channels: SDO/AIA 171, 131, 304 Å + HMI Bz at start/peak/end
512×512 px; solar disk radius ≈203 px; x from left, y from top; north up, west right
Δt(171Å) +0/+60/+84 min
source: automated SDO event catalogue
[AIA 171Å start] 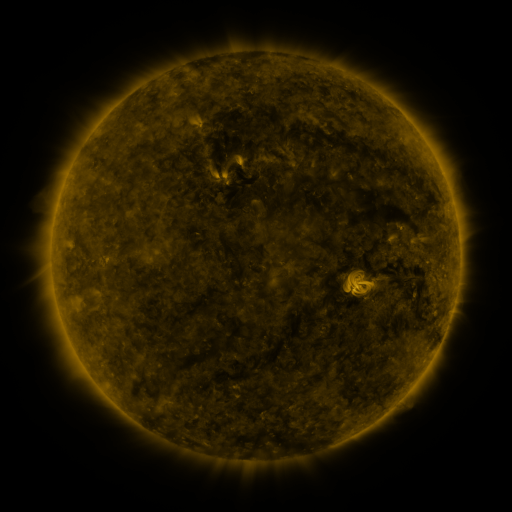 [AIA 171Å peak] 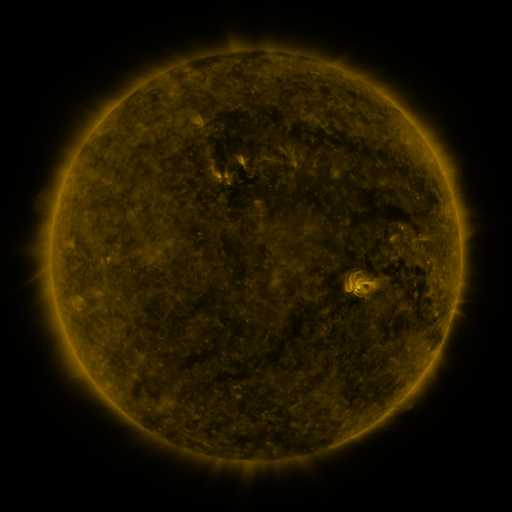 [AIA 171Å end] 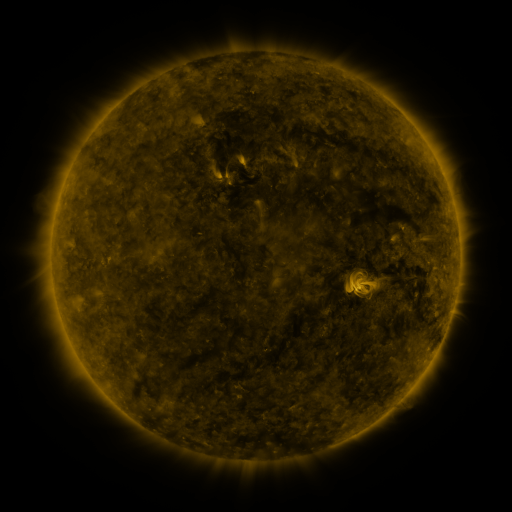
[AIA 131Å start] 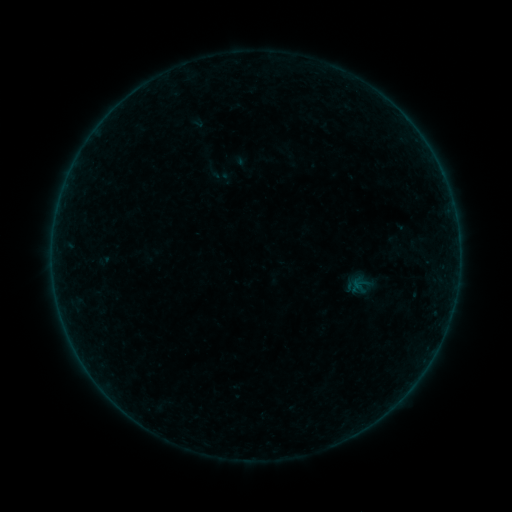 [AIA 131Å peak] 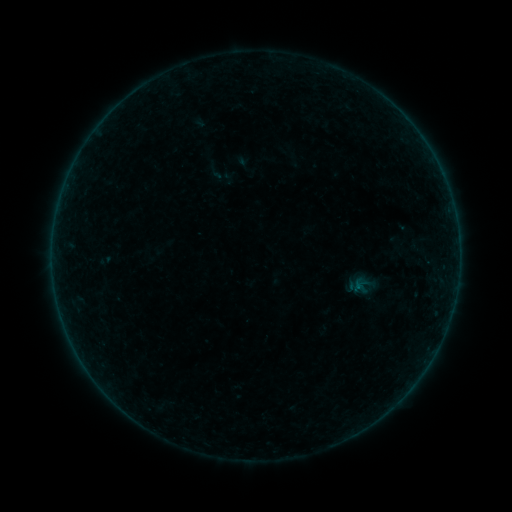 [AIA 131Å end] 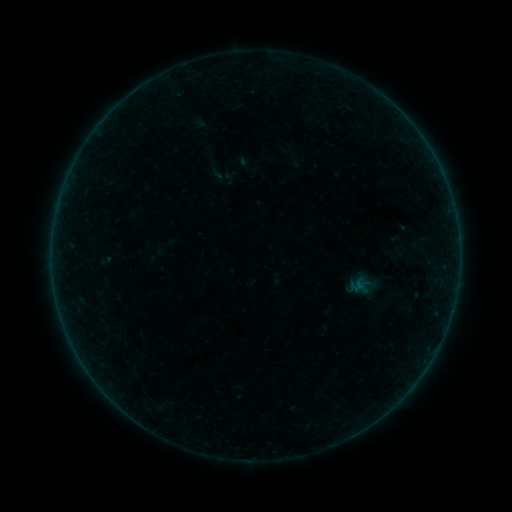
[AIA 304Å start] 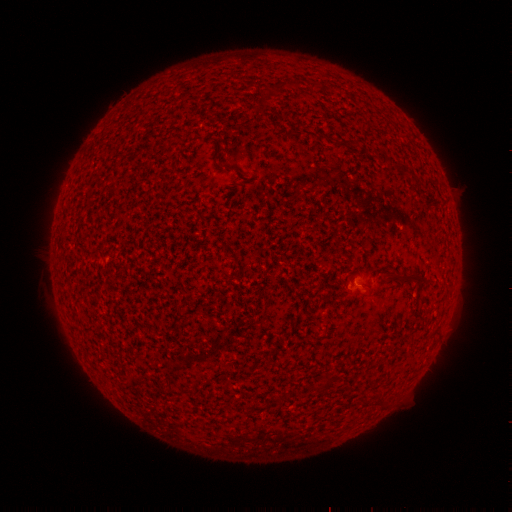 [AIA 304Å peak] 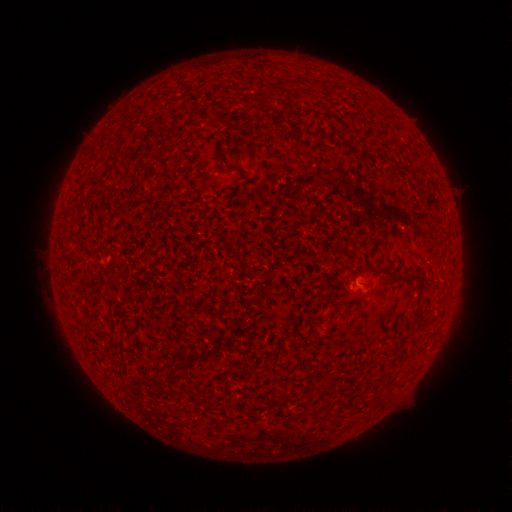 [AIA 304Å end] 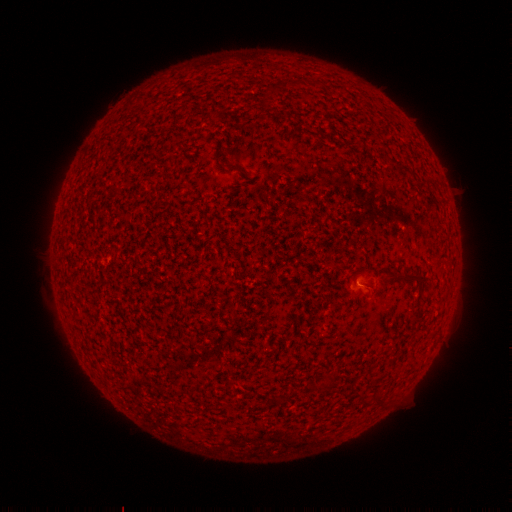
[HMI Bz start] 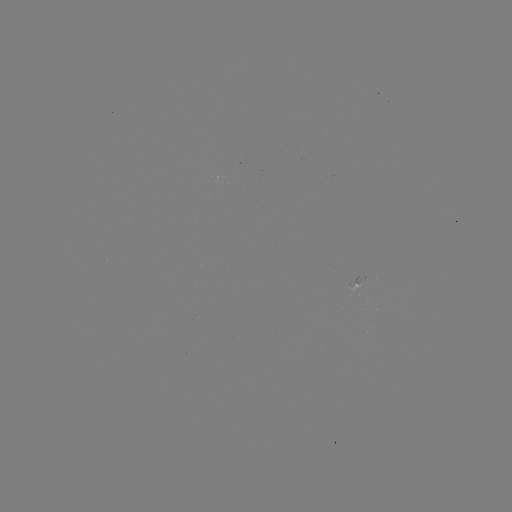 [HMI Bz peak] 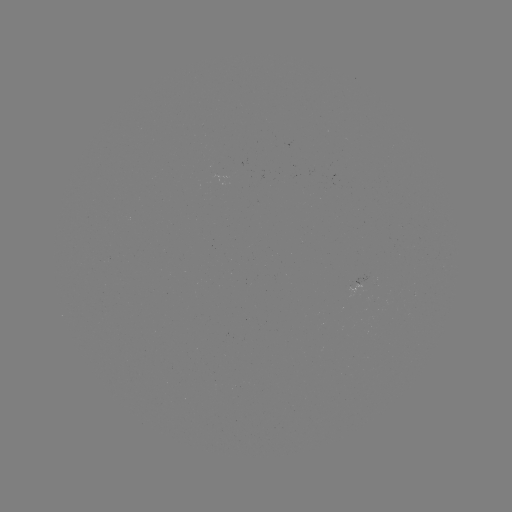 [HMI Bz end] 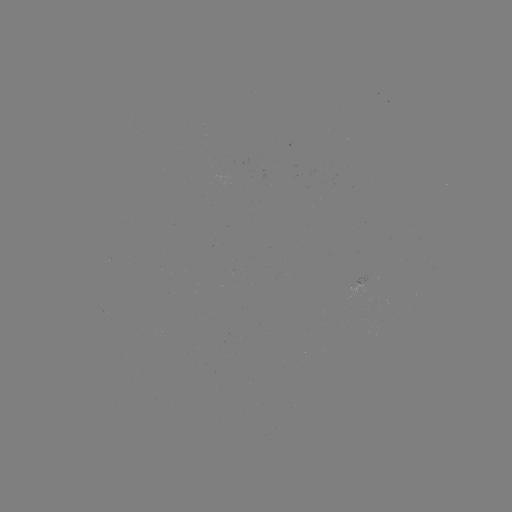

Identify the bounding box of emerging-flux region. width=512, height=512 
[355, 276, 366, 293].